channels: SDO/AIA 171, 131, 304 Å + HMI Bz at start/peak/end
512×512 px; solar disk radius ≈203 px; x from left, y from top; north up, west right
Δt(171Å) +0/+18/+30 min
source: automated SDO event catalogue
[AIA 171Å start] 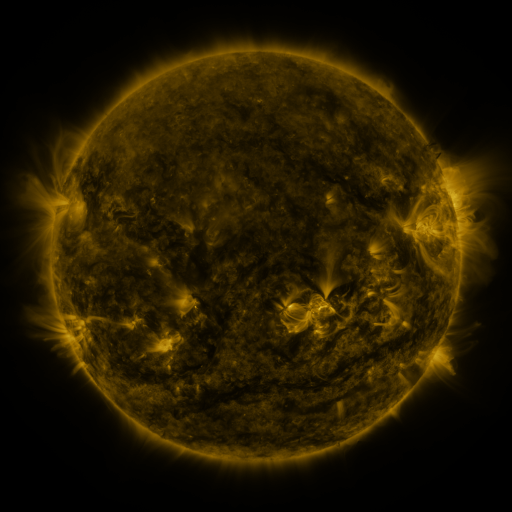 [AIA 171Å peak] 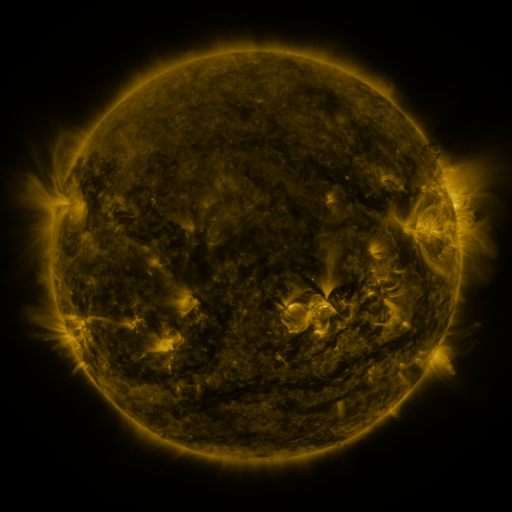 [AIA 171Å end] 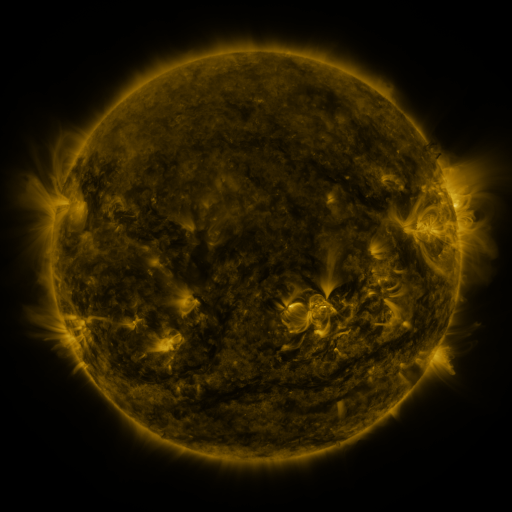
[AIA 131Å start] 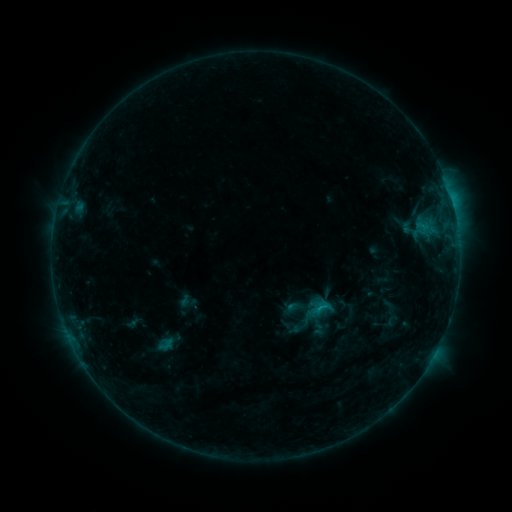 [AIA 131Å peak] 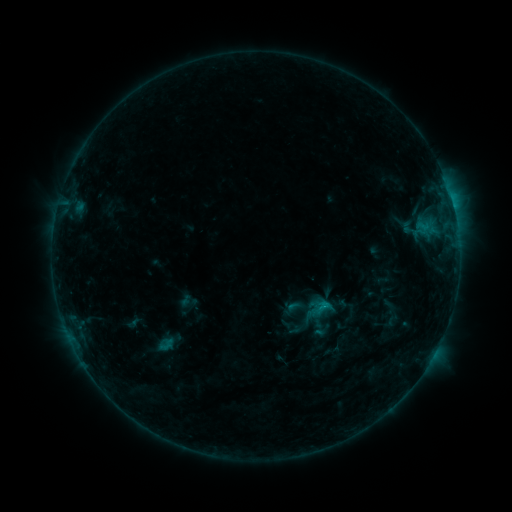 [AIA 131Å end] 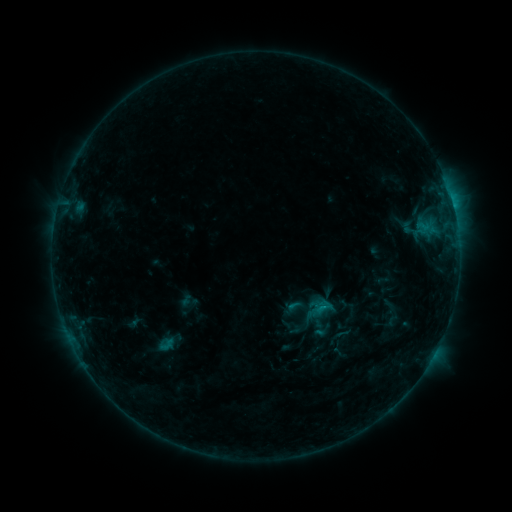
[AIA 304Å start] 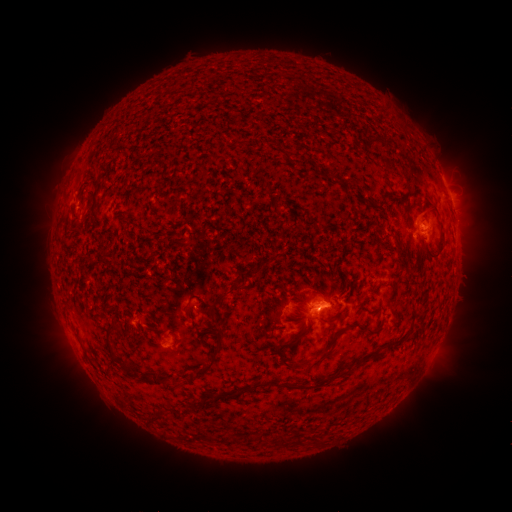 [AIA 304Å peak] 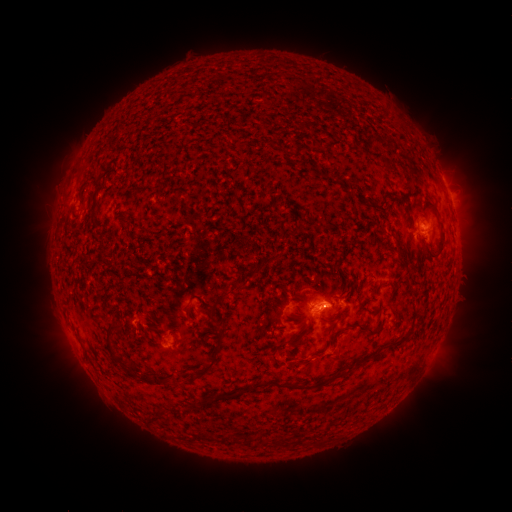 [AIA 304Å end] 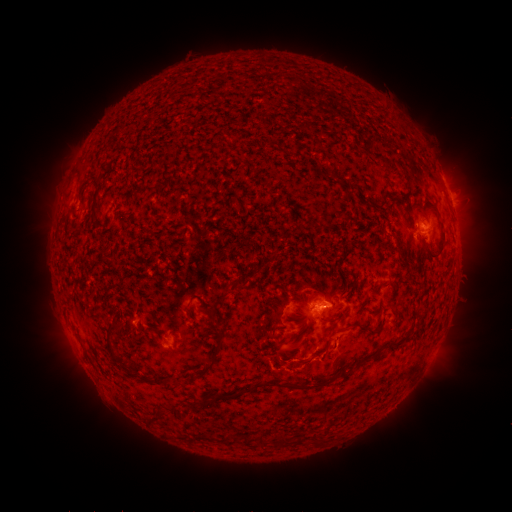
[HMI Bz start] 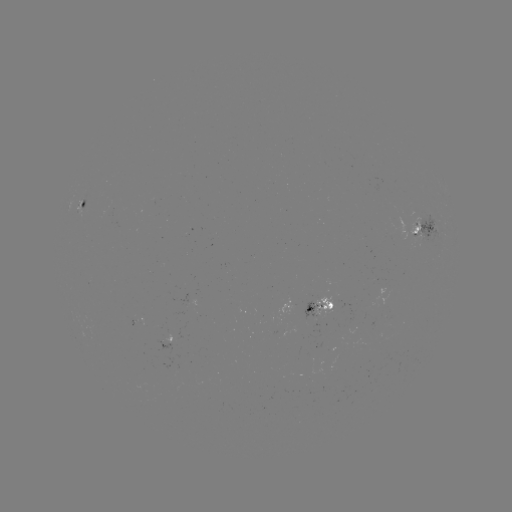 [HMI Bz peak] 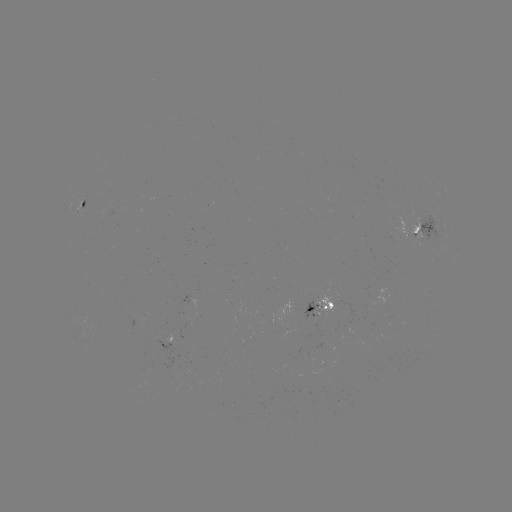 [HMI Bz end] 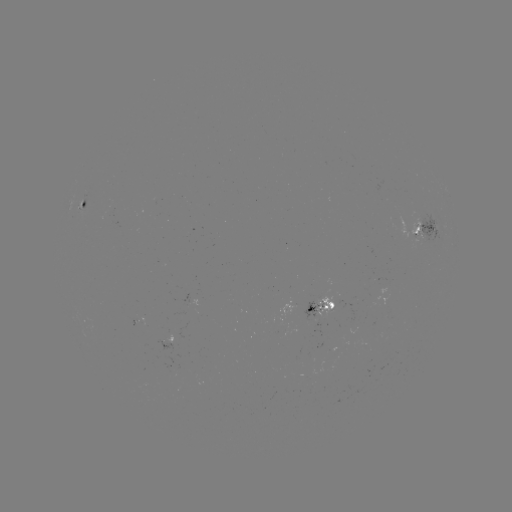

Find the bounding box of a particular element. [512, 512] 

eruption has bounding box [307, 321, 362, 386].